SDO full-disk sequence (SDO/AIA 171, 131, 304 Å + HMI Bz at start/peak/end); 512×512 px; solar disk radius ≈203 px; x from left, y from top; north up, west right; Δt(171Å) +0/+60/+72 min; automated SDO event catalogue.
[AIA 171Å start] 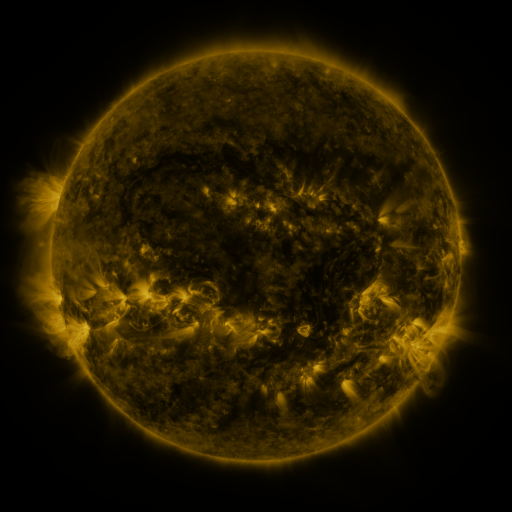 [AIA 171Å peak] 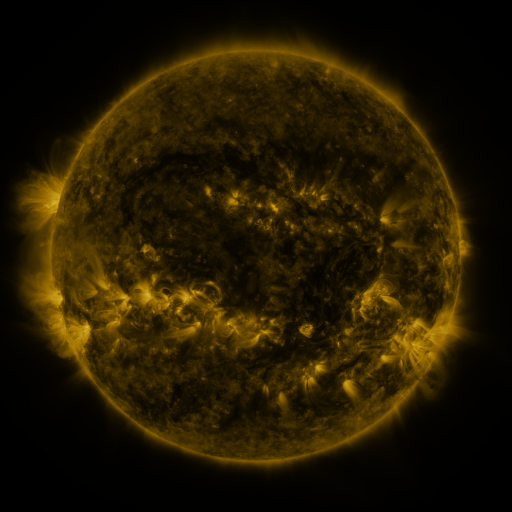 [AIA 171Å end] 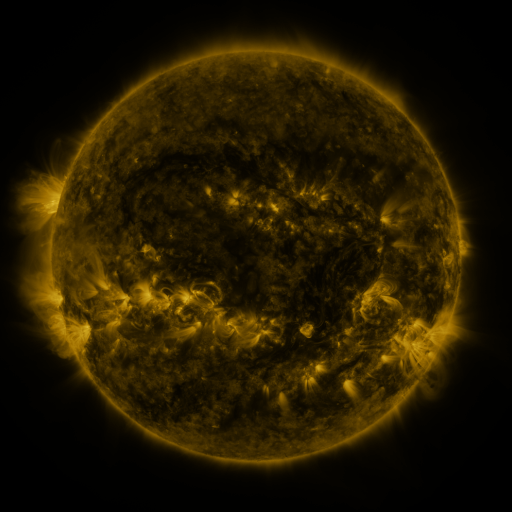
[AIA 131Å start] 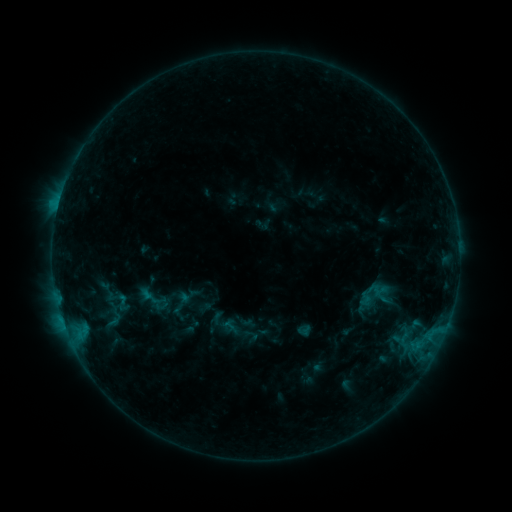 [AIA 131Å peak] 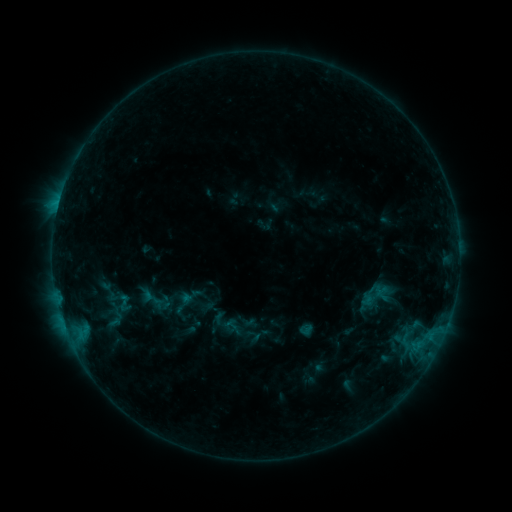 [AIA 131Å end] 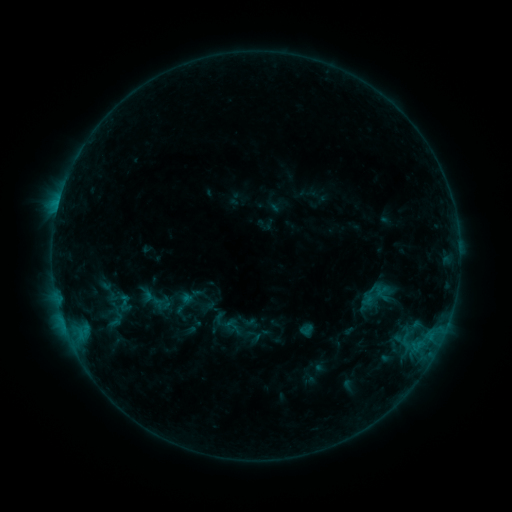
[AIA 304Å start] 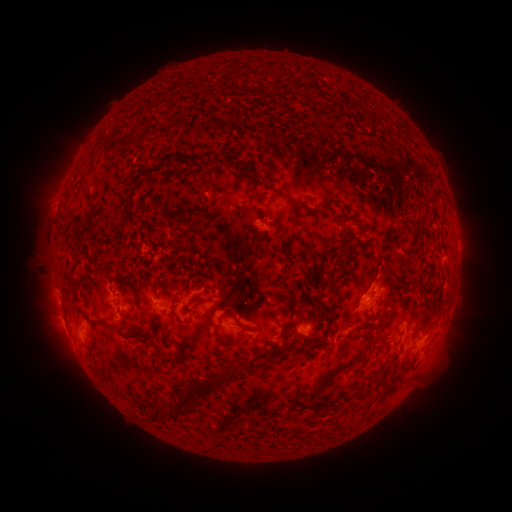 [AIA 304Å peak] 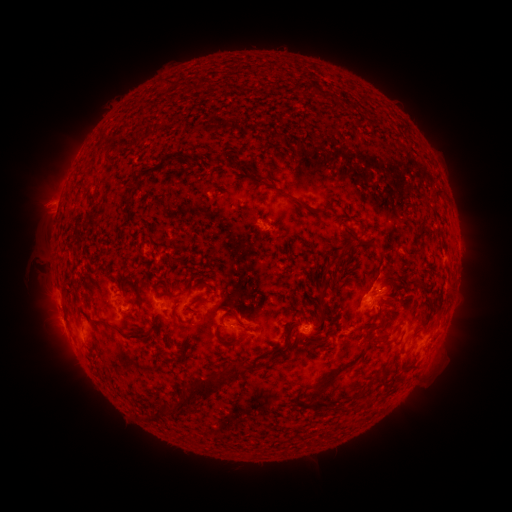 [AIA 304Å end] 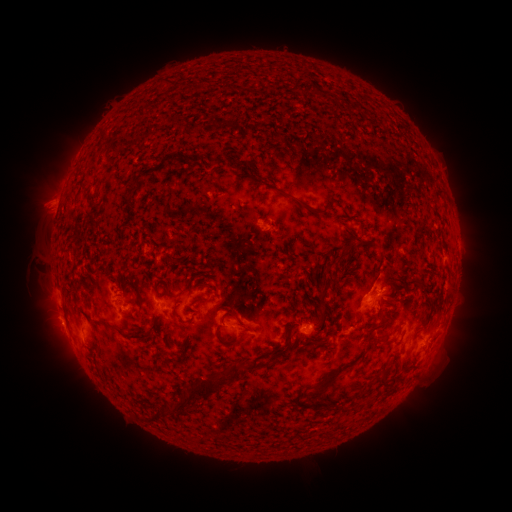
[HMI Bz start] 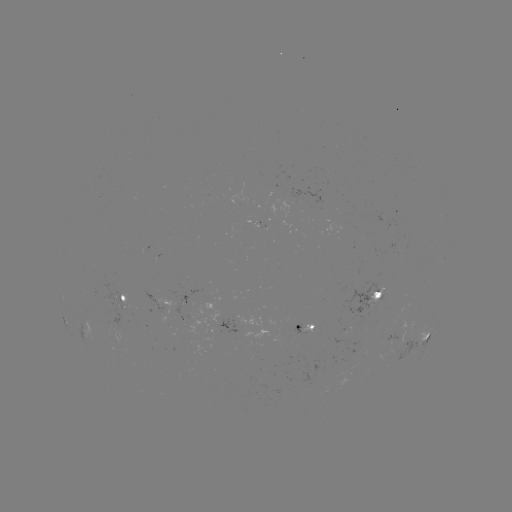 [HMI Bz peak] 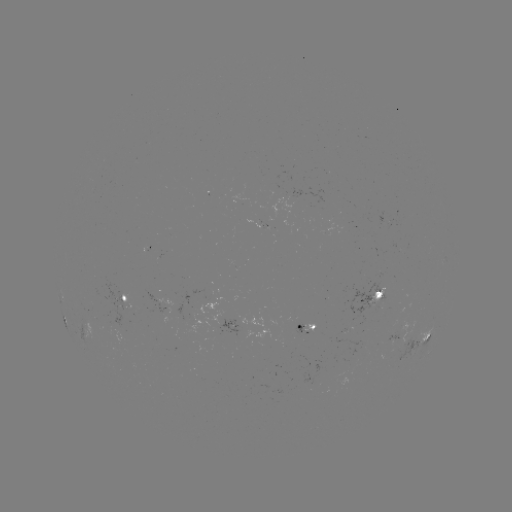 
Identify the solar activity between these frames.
emerging-flux region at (398, 248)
